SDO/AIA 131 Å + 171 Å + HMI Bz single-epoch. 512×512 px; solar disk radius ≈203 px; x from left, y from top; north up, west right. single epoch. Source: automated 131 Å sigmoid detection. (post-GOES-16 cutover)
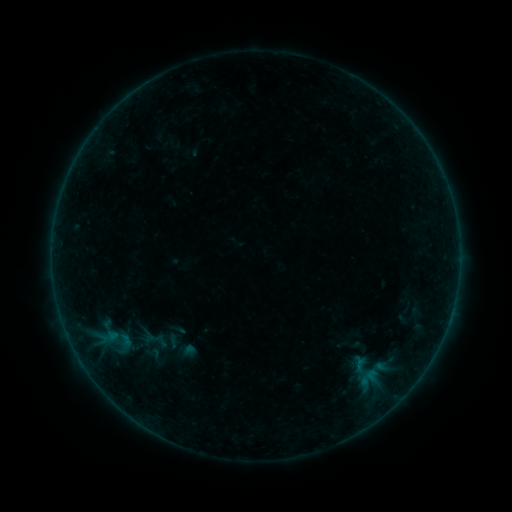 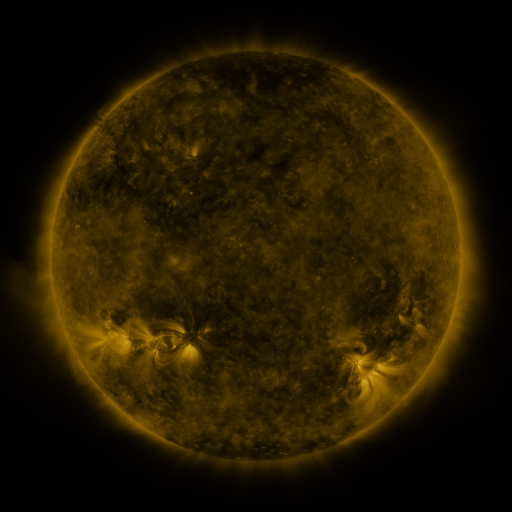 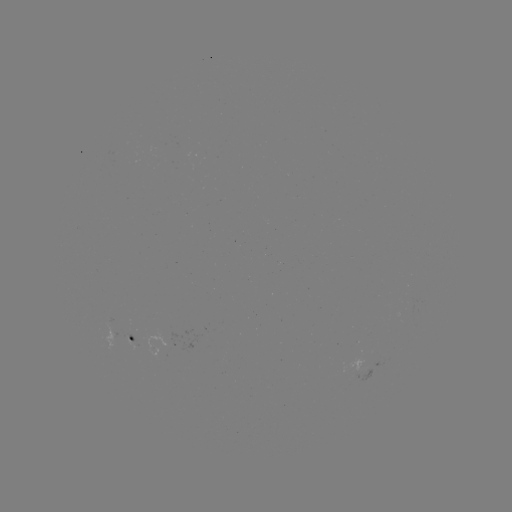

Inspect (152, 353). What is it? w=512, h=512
sigmoid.